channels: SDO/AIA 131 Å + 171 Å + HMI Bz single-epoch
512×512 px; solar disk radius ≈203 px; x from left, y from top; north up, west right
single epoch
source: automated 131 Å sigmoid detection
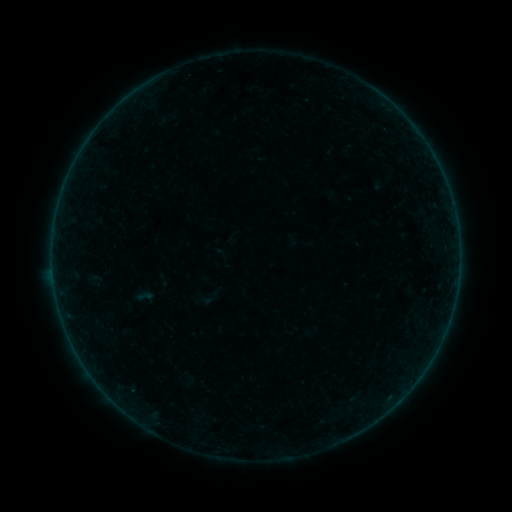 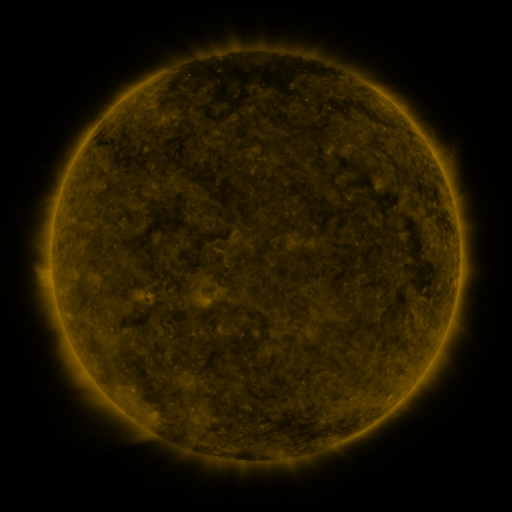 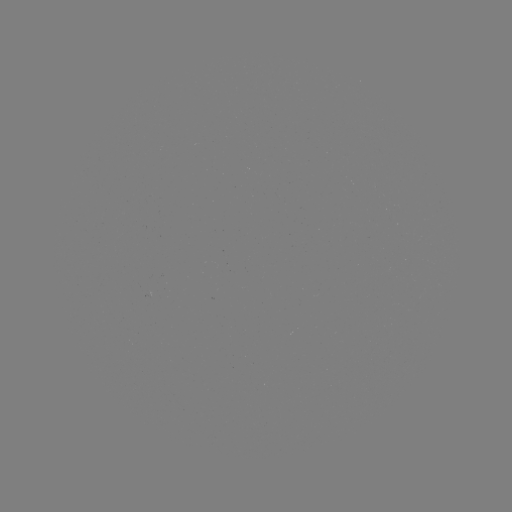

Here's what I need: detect sigmoid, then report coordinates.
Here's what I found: sigmoid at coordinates [144, 297].